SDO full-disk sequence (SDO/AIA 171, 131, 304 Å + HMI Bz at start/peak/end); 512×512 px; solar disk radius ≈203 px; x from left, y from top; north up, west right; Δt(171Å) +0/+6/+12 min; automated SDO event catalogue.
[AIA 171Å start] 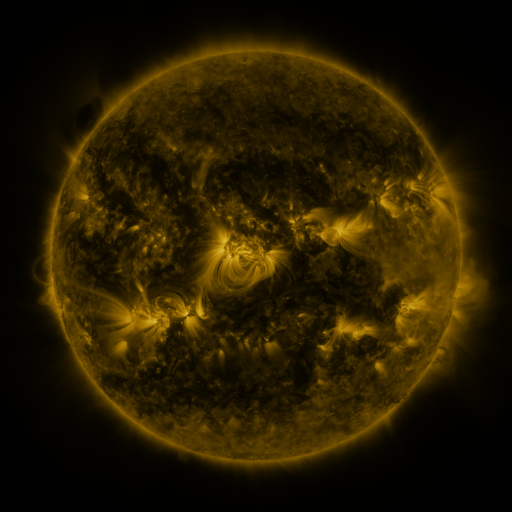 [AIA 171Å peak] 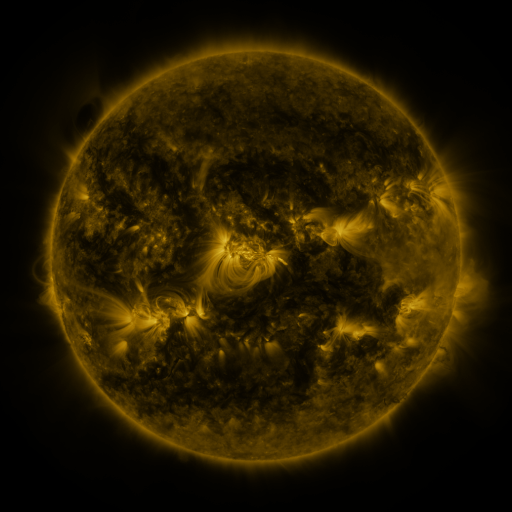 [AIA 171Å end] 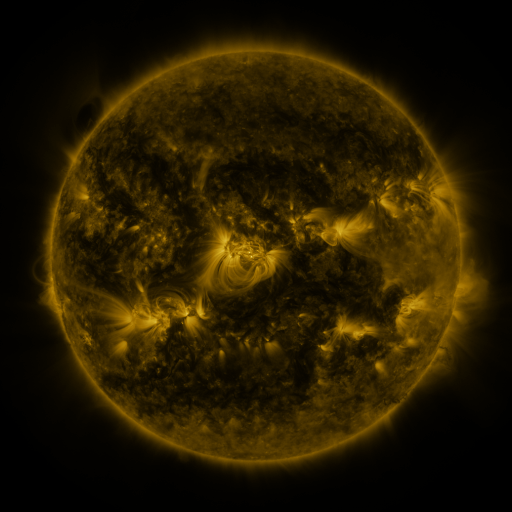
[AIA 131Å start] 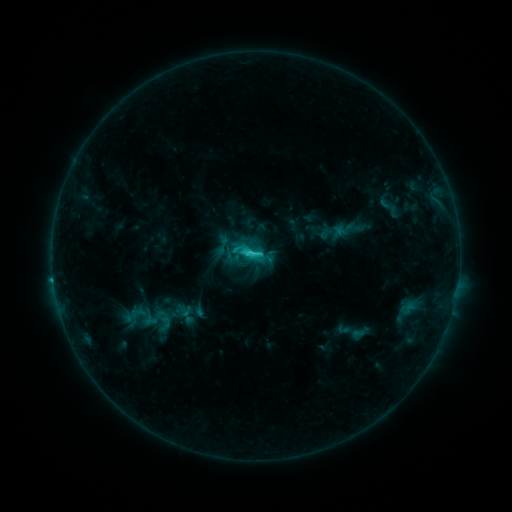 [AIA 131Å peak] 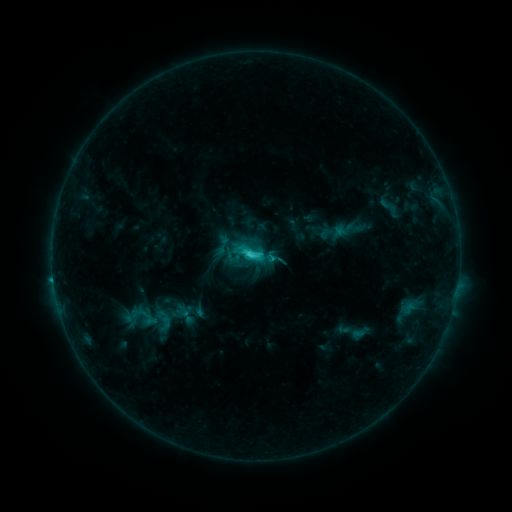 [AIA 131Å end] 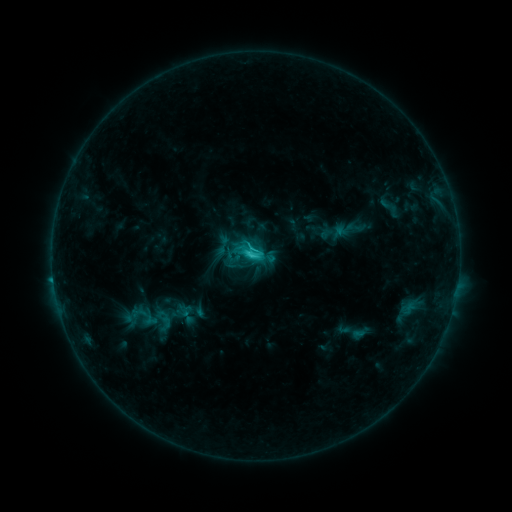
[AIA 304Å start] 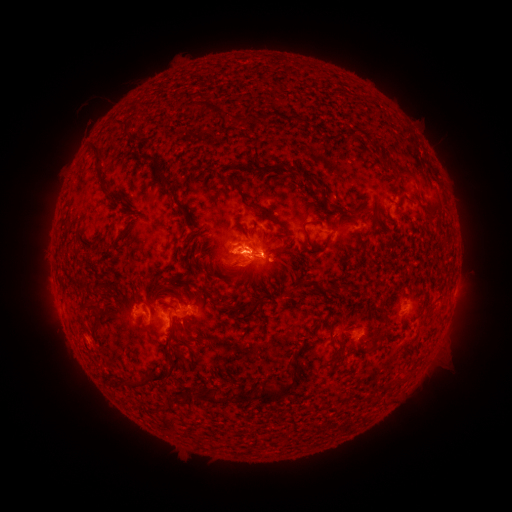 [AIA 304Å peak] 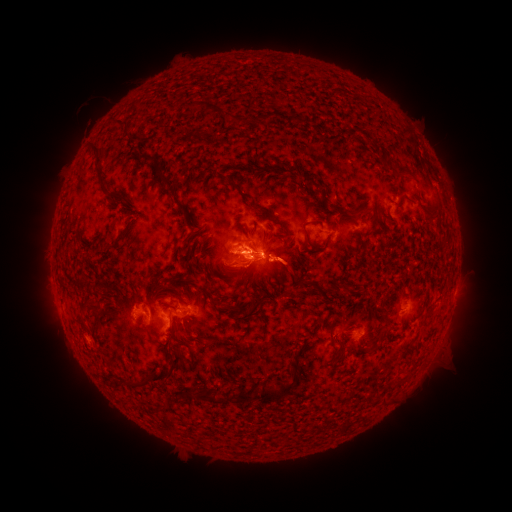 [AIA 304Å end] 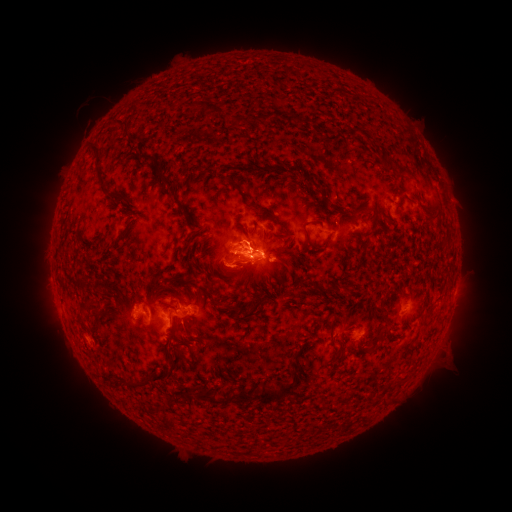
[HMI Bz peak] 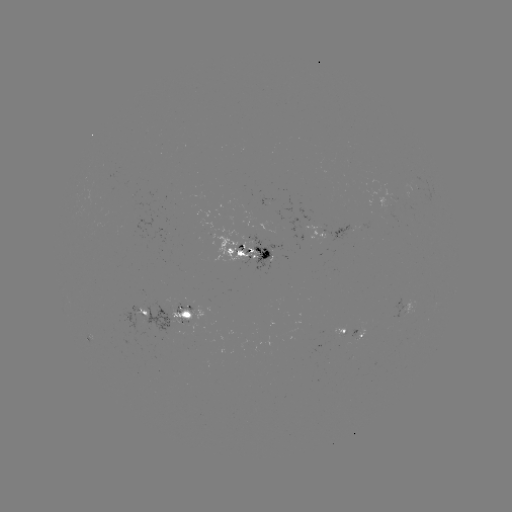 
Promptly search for eruption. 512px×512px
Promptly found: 258,265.